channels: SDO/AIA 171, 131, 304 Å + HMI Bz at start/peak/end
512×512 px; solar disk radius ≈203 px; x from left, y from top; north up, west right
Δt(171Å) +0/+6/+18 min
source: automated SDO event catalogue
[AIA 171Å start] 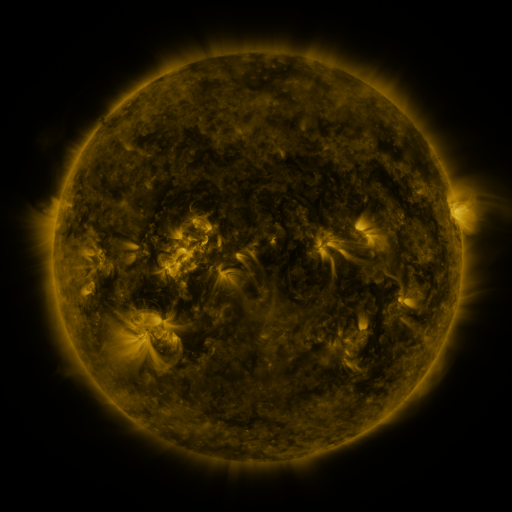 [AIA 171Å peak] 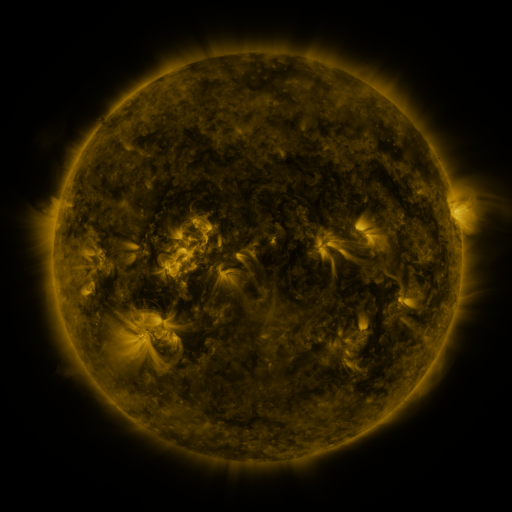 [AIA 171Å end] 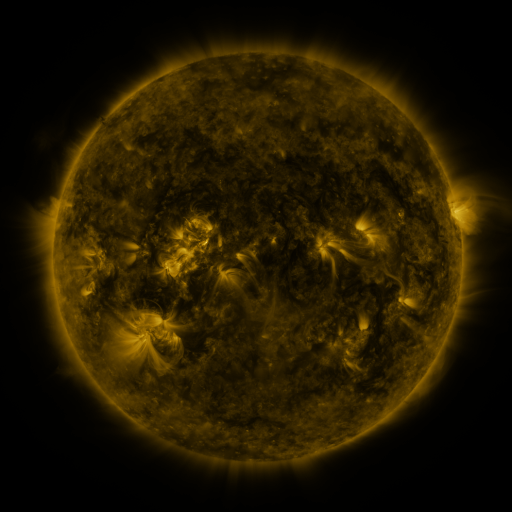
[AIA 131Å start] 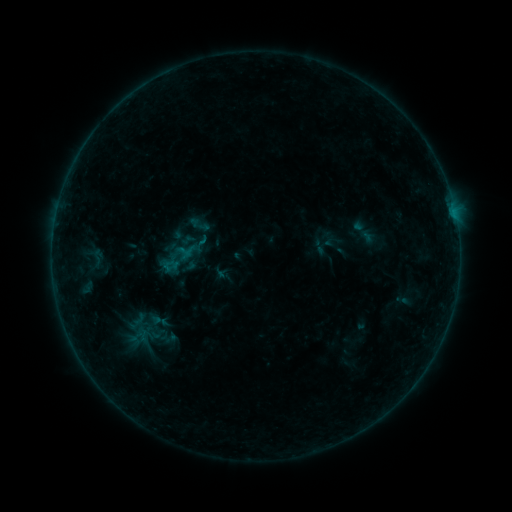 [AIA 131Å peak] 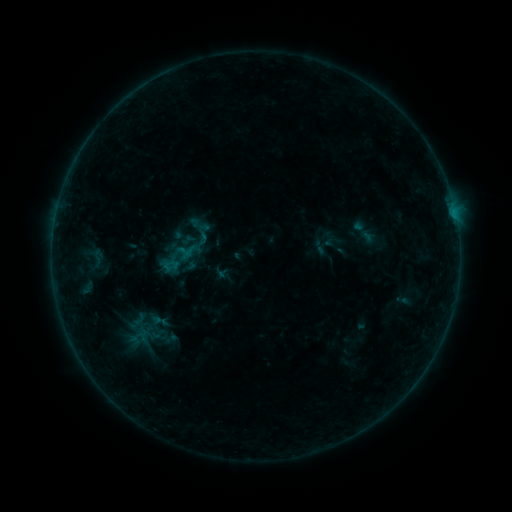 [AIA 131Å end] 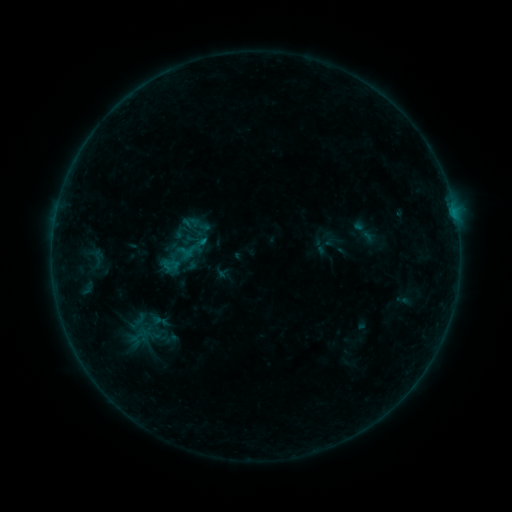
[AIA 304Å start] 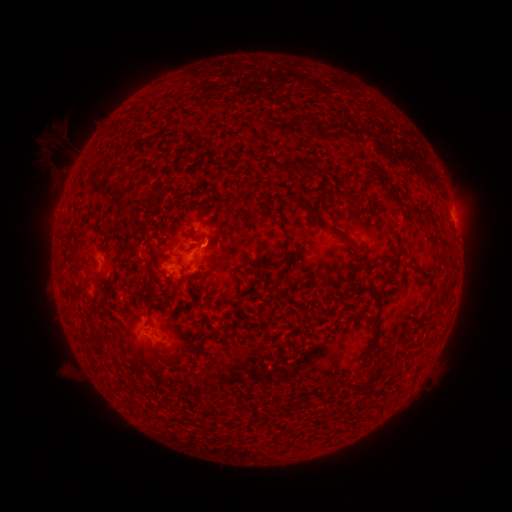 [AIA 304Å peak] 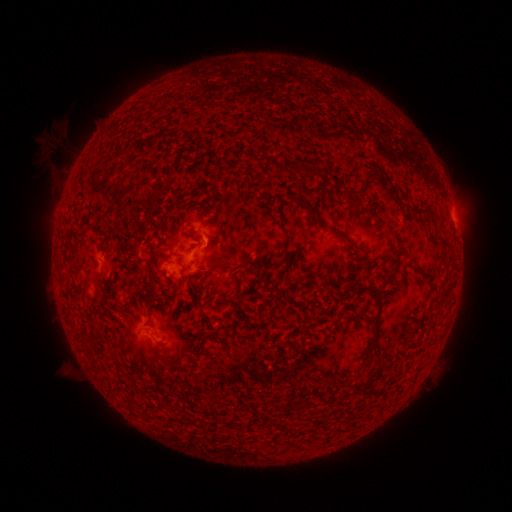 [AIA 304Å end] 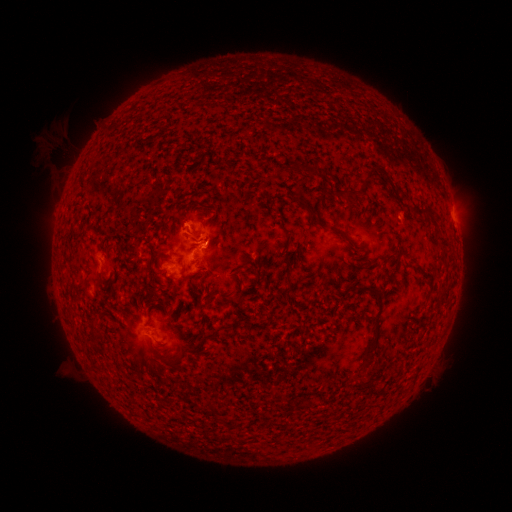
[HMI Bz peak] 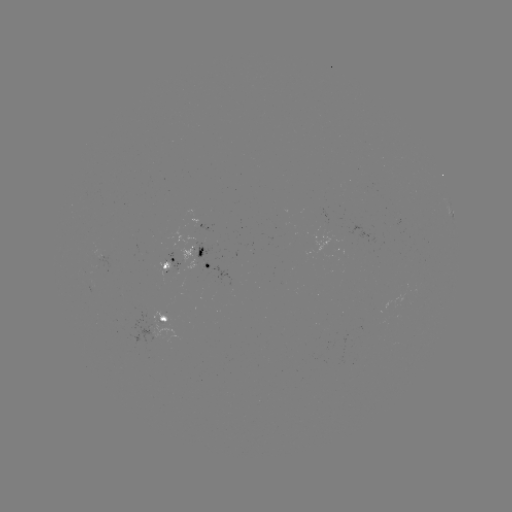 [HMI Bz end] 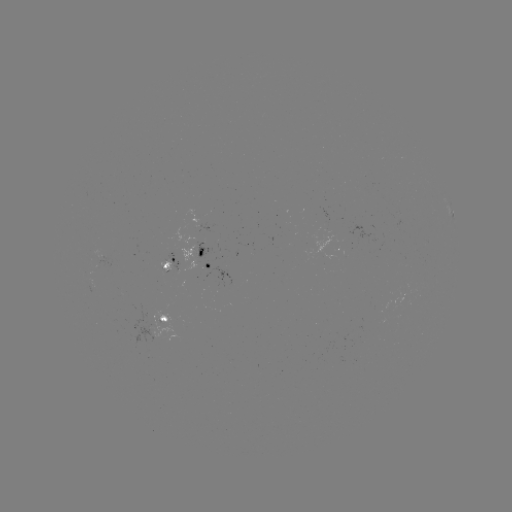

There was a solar flare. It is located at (207, 246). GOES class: B4.3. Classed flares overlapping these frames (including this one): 1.